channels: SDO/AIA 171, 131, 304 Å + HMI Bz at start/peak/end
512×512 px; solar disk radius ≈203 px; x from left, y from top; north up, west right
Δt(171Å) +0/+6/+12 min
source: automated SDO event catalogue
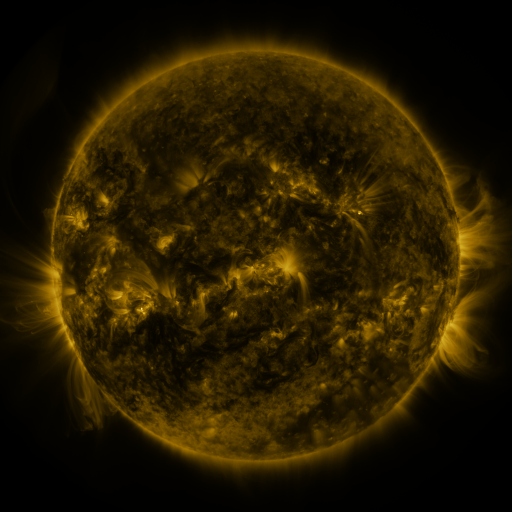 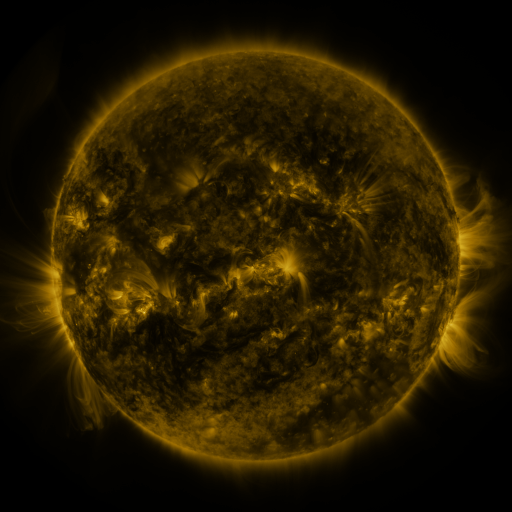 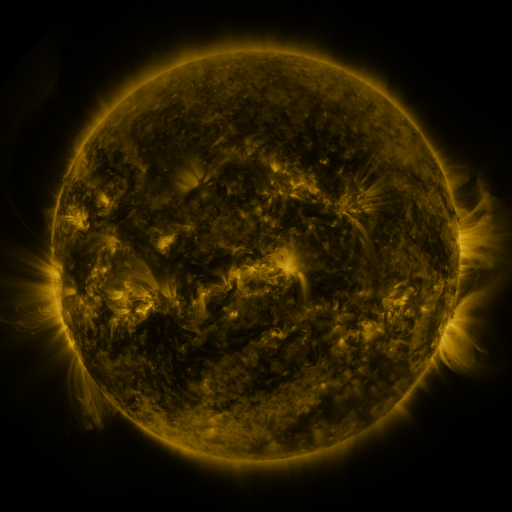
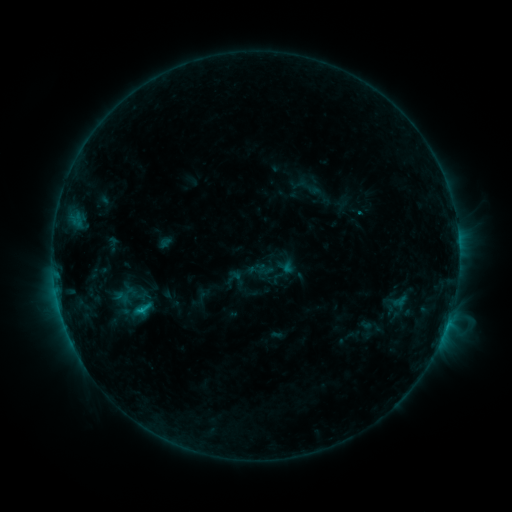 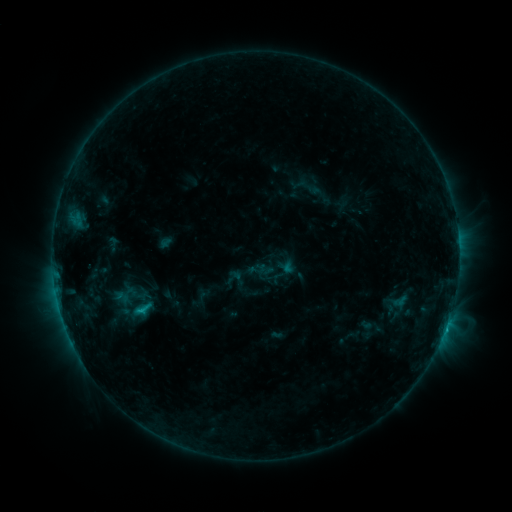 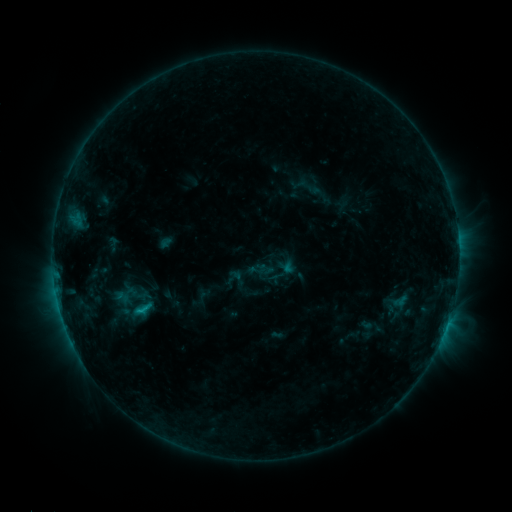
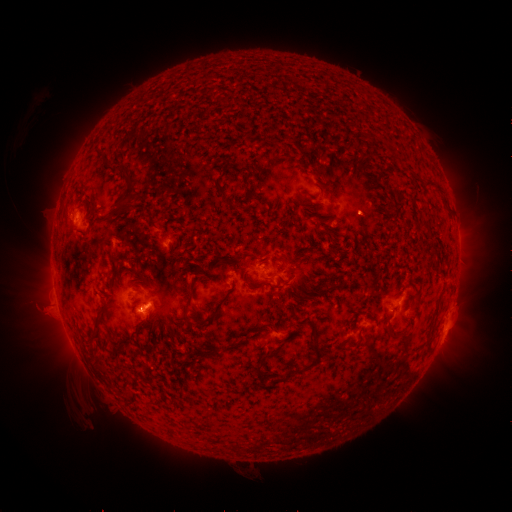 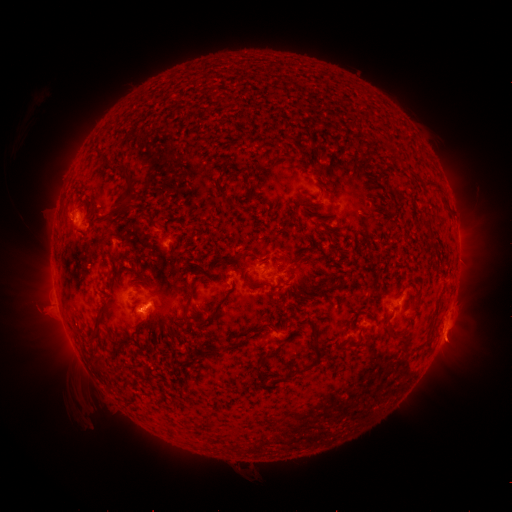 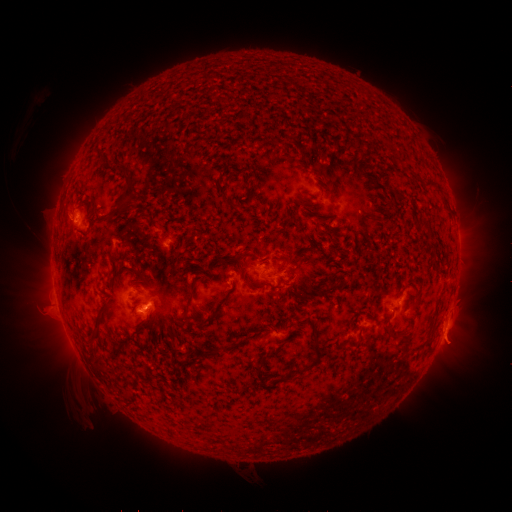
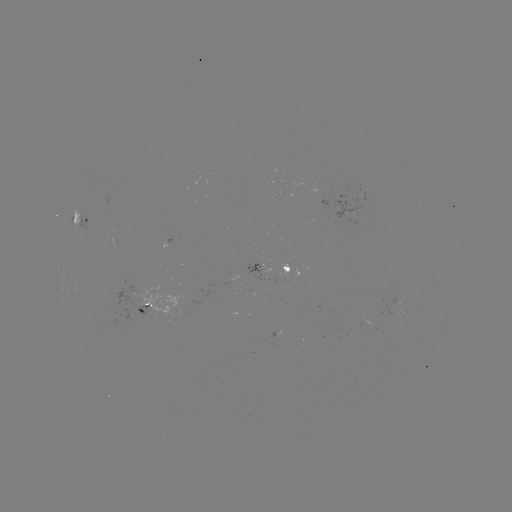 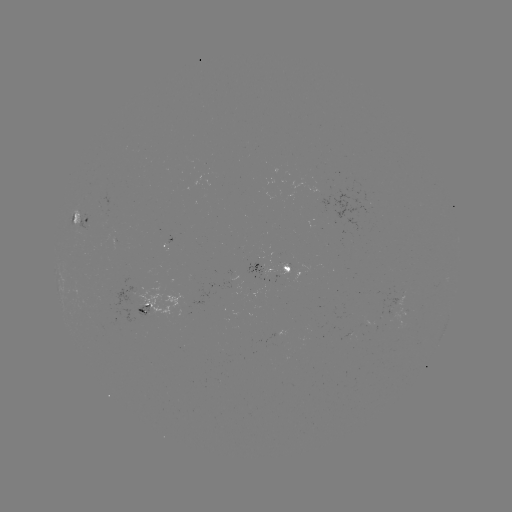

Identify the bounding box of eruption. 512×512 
[427, 315, 476, 367].